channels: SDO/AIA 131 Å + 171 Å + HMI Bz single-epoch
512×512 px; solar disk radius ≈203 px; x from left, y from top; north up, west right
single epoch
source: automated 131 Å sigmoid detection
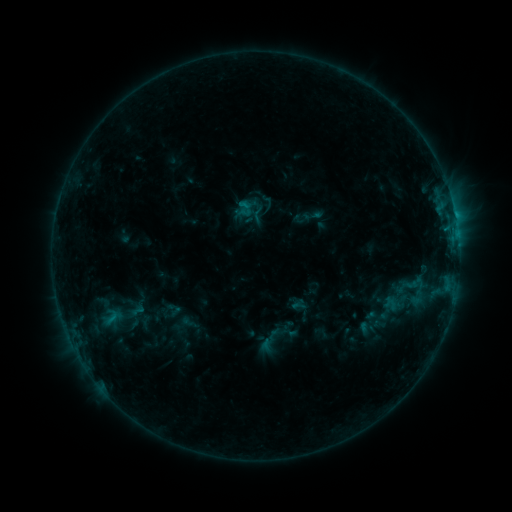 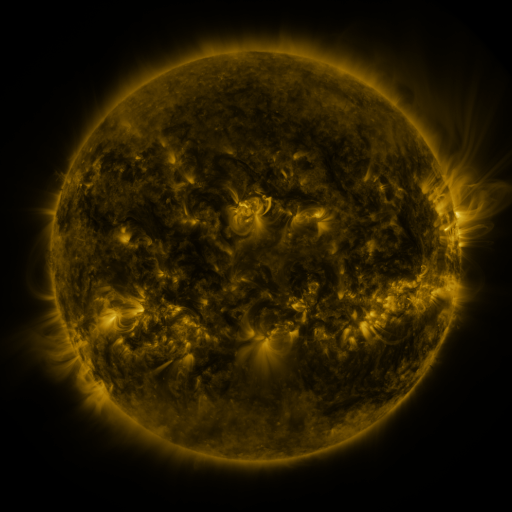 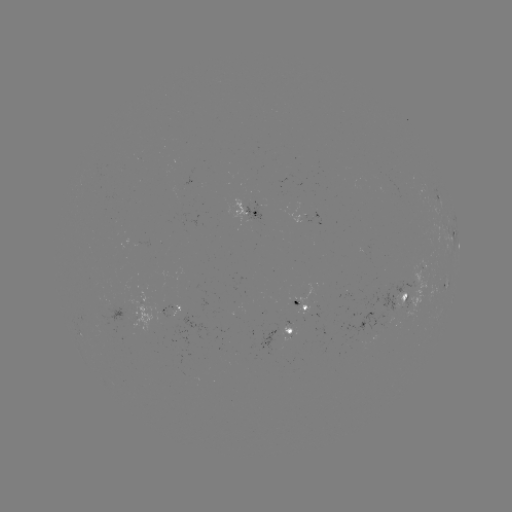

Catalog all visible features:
sigmoid: (258, 214)
sigmoid: (273, 337)
